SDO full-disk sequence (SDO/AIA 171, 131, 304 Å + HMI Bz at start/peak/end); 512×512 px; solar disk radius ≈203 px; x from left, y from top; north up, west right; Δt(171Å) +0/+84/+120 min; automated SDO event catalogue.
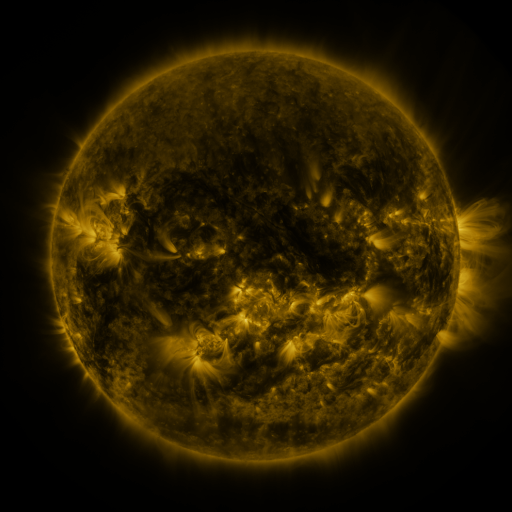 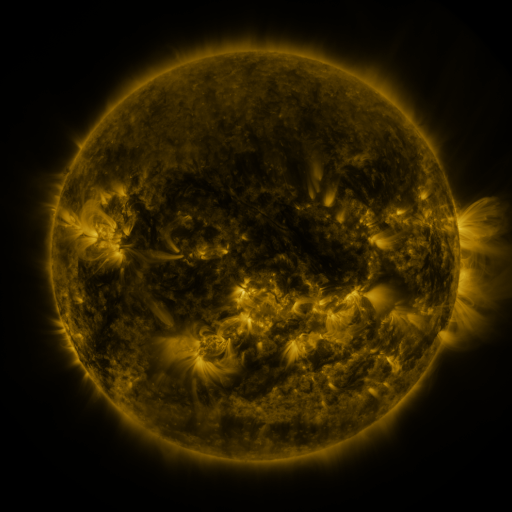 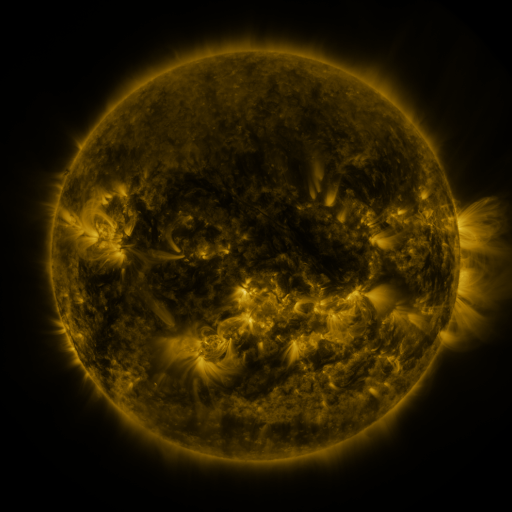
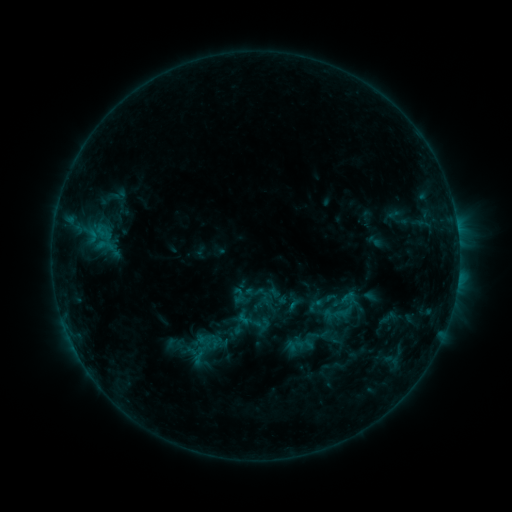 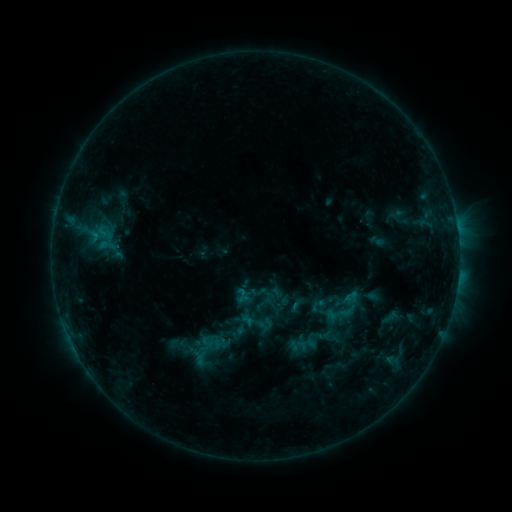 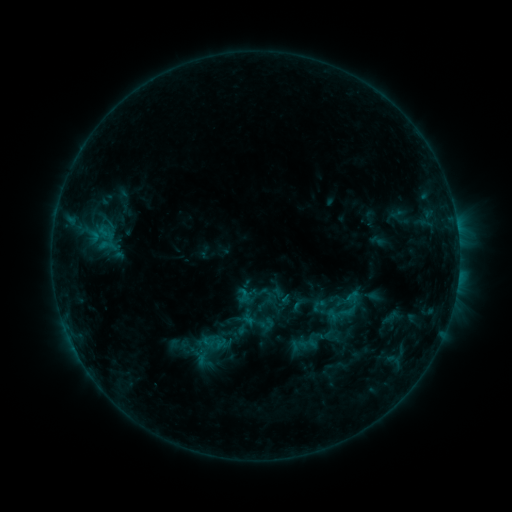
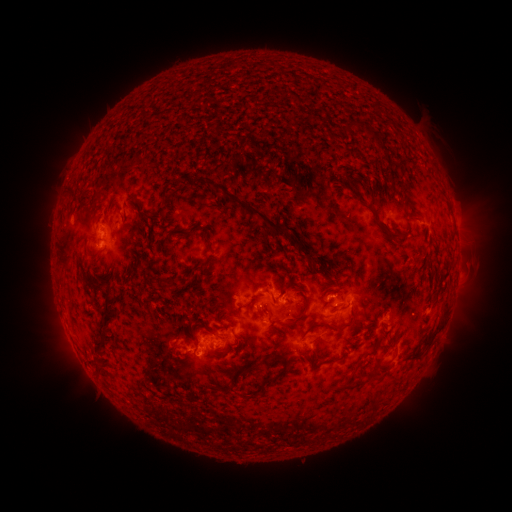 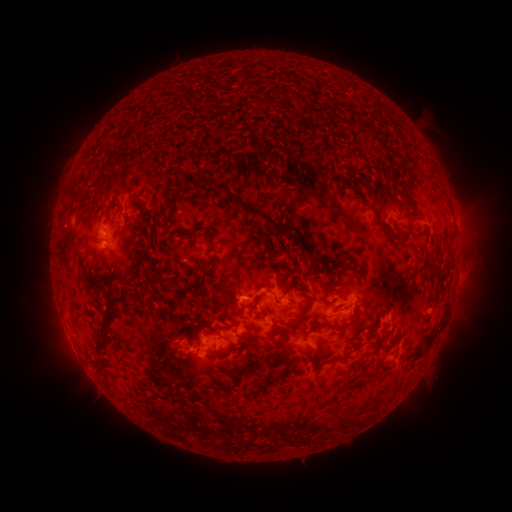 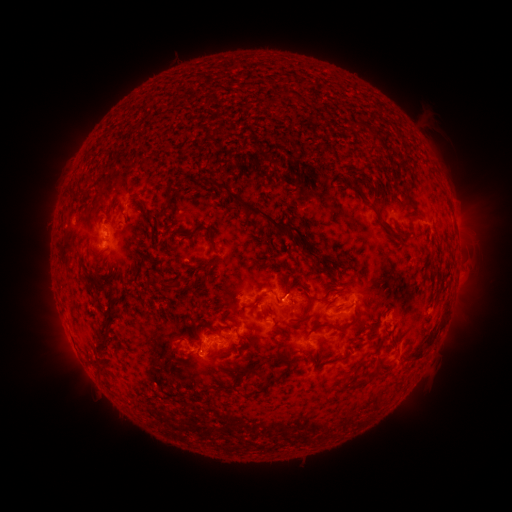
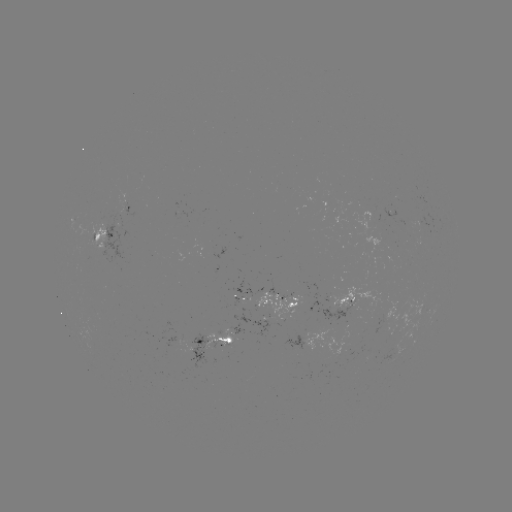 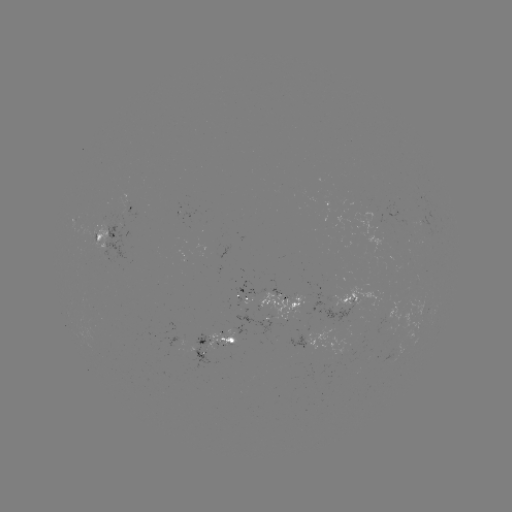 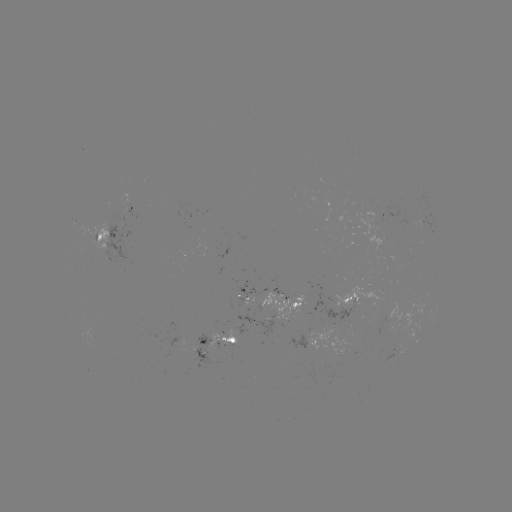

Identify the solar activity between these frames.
emerging-flux region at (271, 303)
